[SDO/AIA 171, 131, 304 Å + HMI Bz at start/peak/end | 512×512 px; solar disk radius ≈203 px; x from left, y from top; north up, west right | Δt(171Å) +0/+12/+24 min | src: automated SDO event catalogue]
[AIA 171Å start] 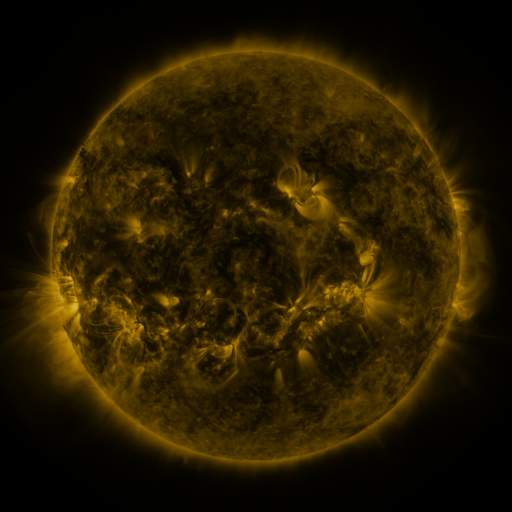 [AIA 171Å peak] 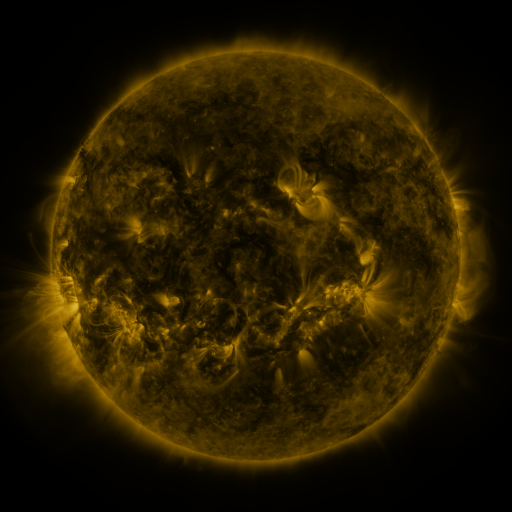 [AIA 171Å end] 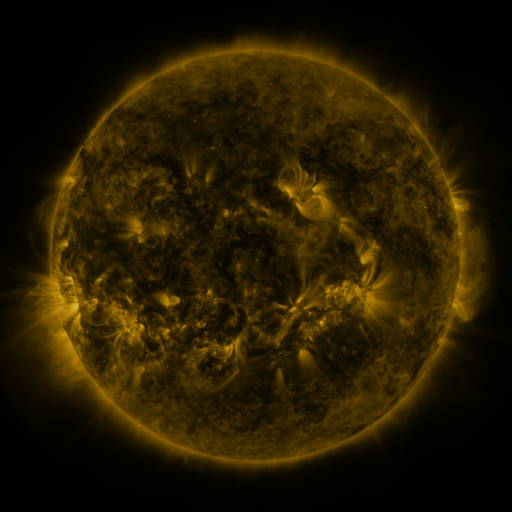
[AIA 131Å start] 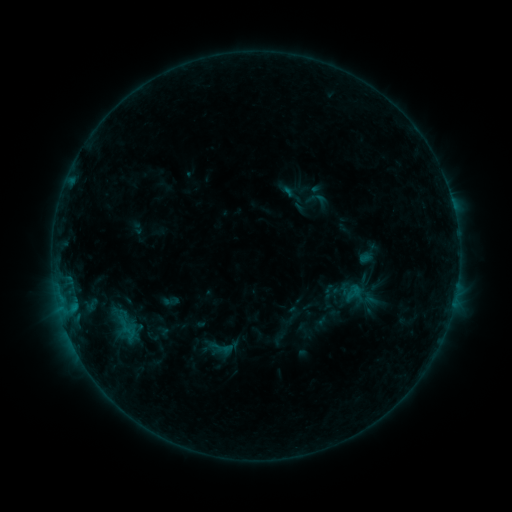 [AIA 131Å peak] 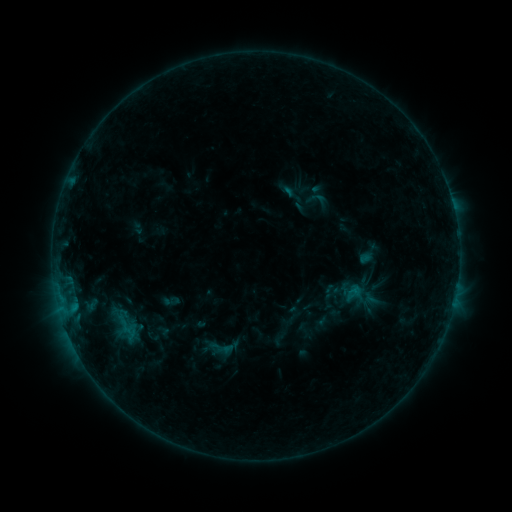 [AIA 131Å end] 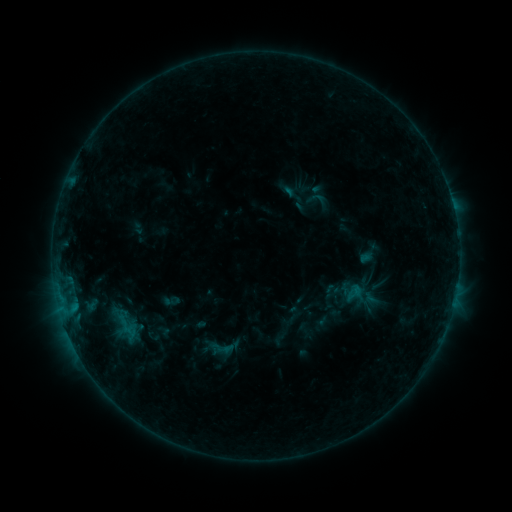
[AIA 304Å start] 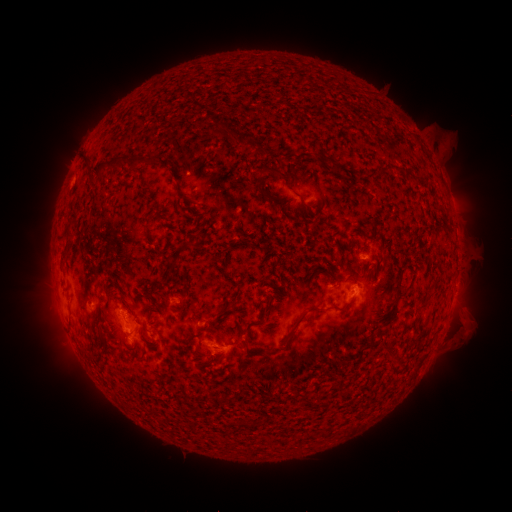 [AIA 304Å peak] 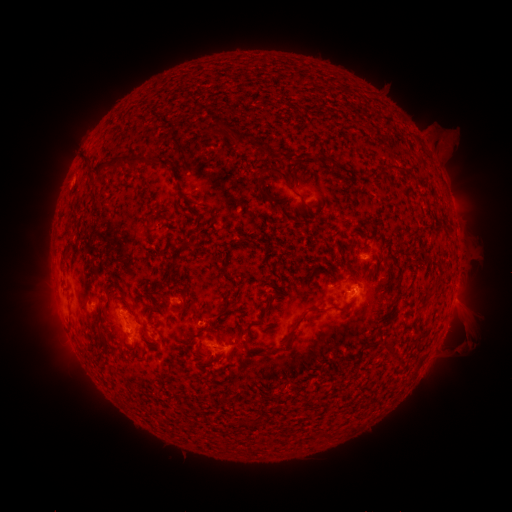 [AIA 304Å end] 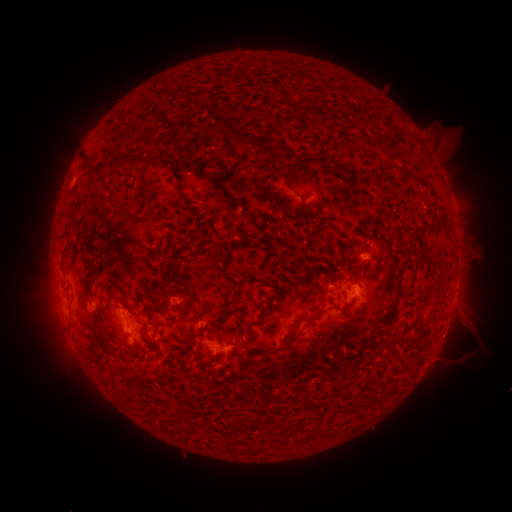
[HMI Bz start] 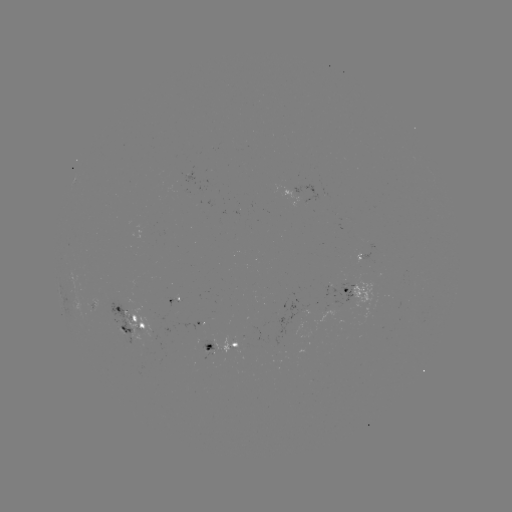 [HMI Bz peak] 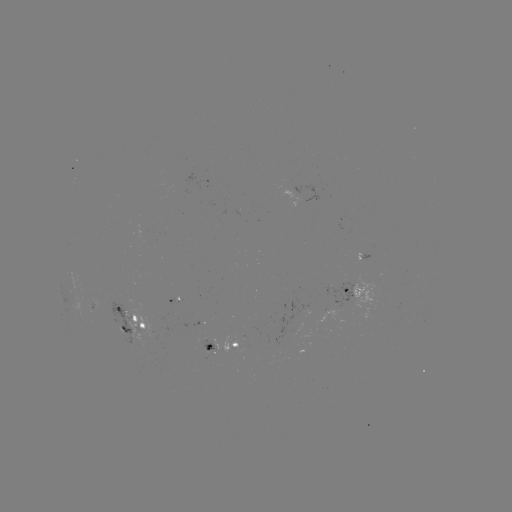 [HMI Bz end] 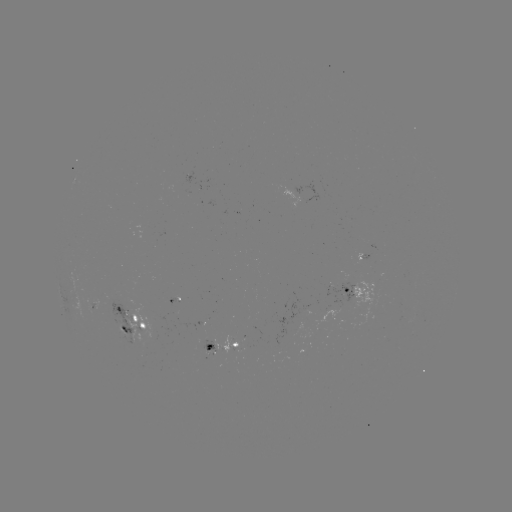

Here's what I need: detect eruption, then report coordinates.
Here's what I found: eruption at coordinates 465,338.